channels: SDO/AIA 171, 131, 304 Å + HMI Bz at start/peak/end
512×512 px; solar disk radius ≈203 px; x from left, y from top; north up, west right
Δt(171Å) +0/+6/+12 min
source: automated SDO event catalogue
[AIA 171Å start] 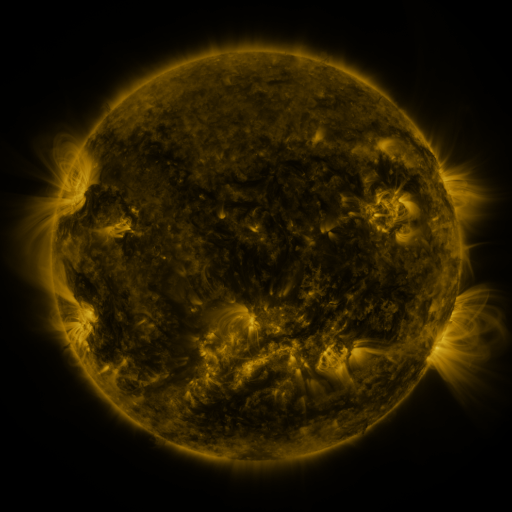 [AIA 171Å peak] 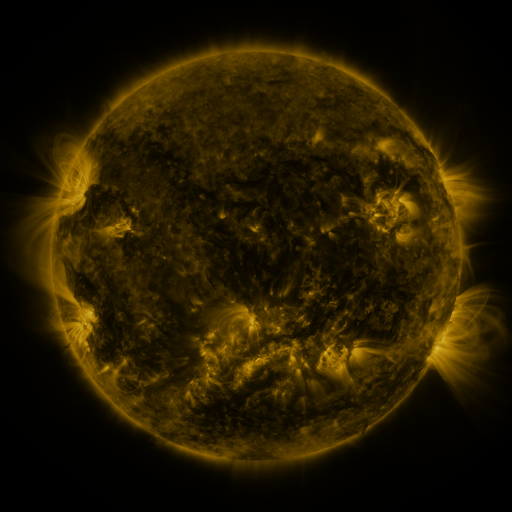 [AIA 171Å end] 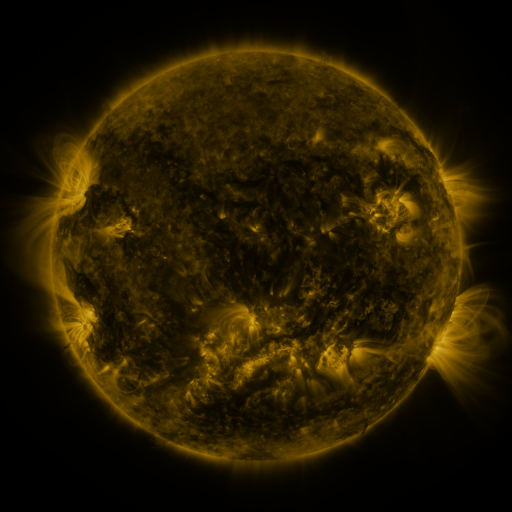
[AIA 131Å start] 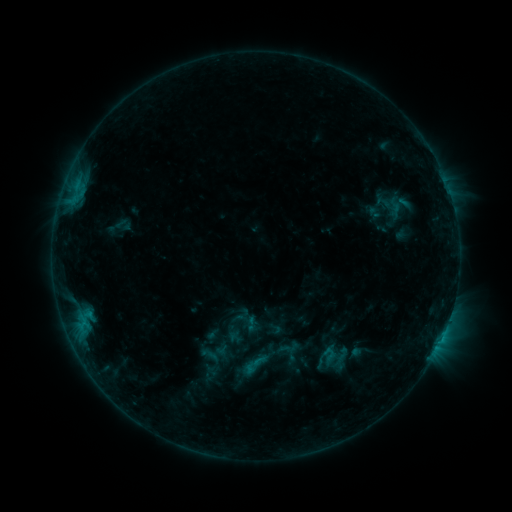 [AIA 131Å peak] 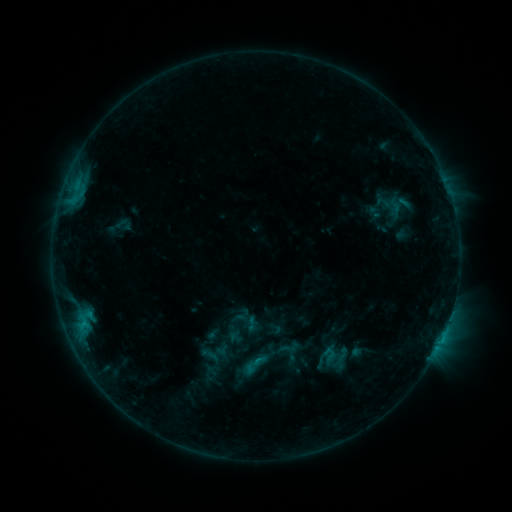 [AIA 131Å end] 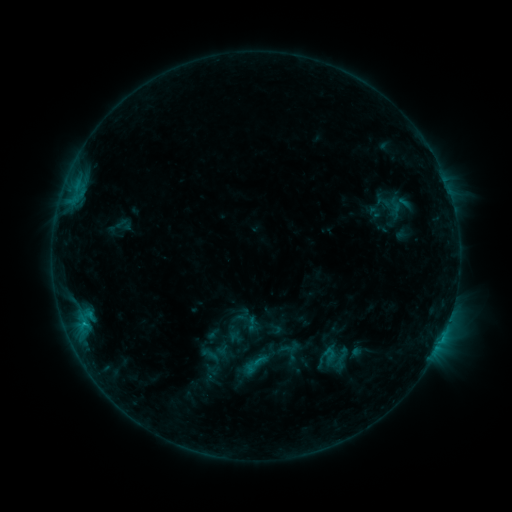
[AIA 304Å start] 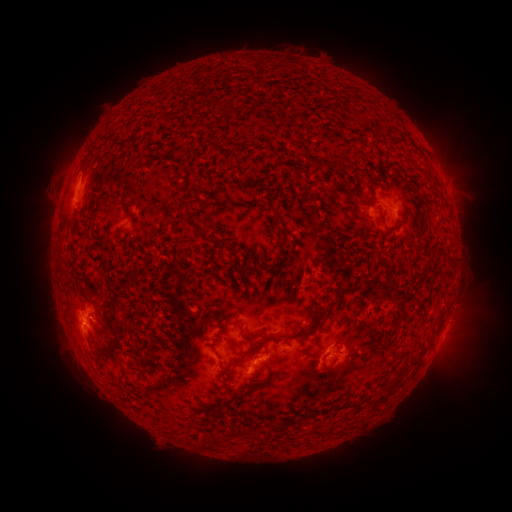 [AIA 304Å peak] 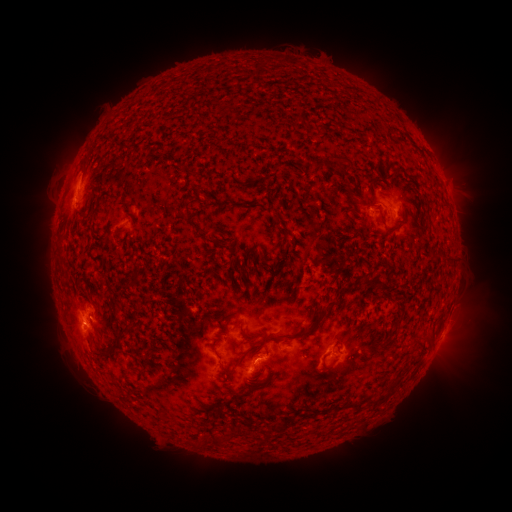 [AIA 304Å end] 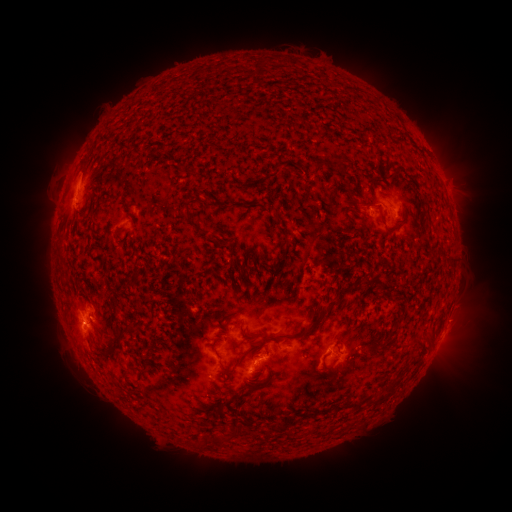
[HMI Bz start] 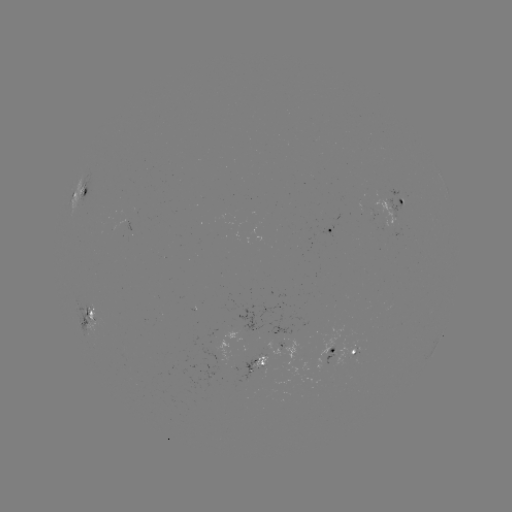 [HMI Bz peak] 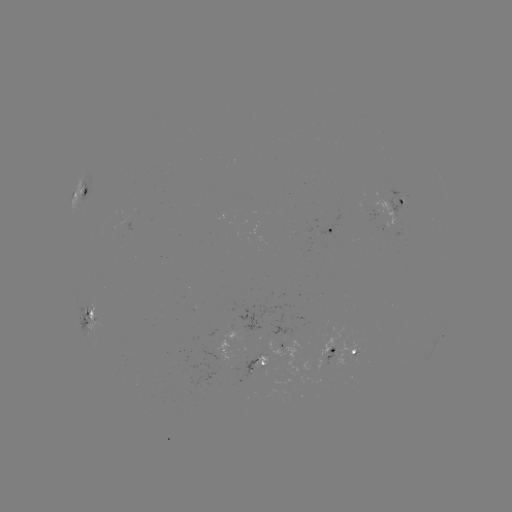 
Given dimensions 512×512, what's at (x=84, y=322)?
B9.0 flare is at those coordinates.